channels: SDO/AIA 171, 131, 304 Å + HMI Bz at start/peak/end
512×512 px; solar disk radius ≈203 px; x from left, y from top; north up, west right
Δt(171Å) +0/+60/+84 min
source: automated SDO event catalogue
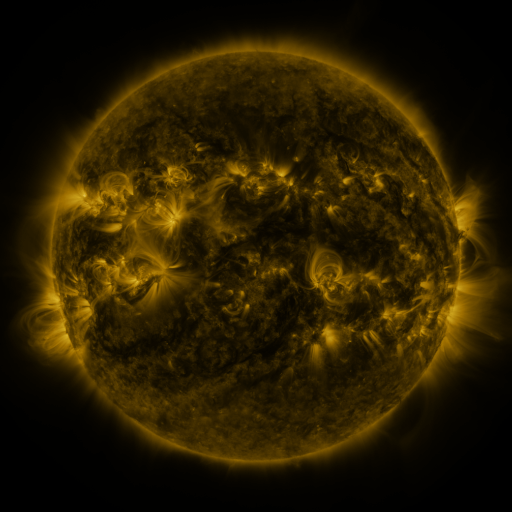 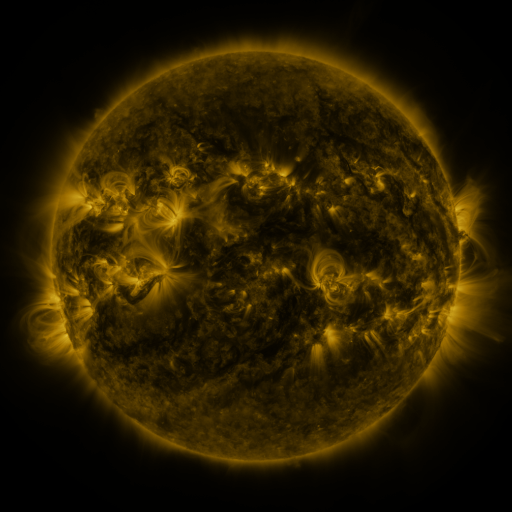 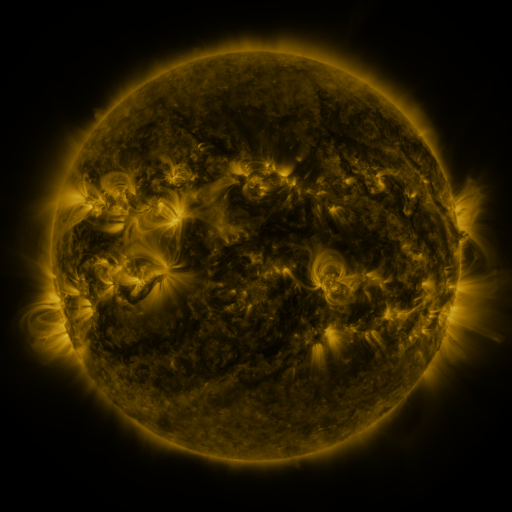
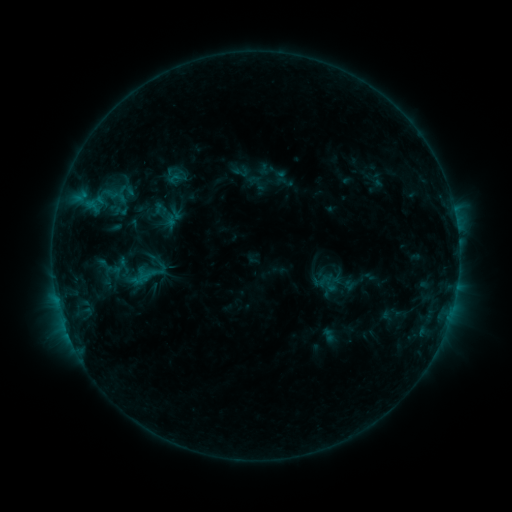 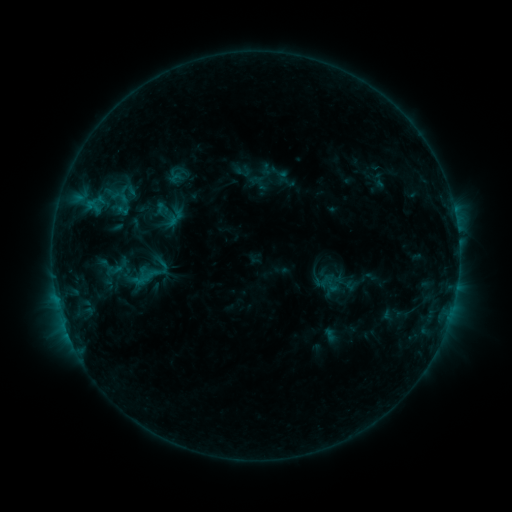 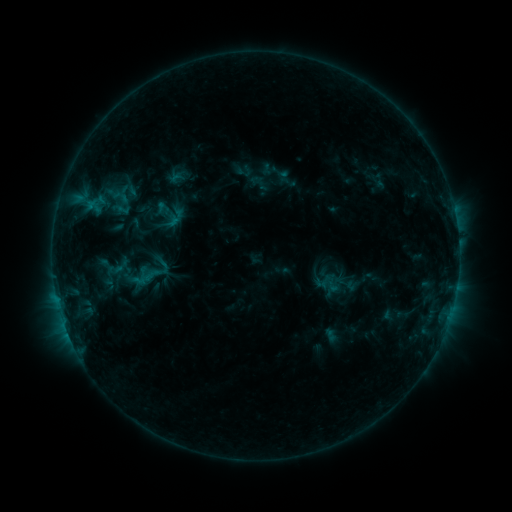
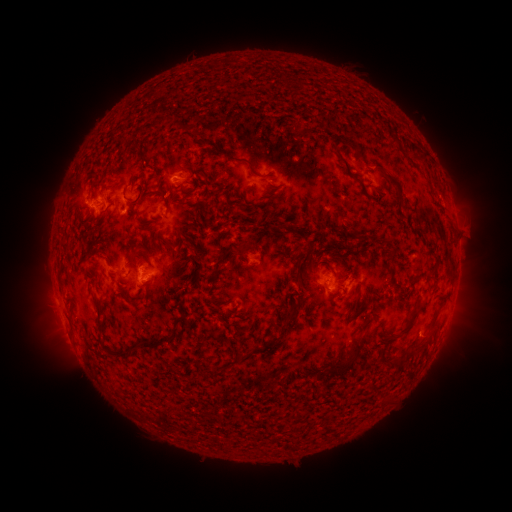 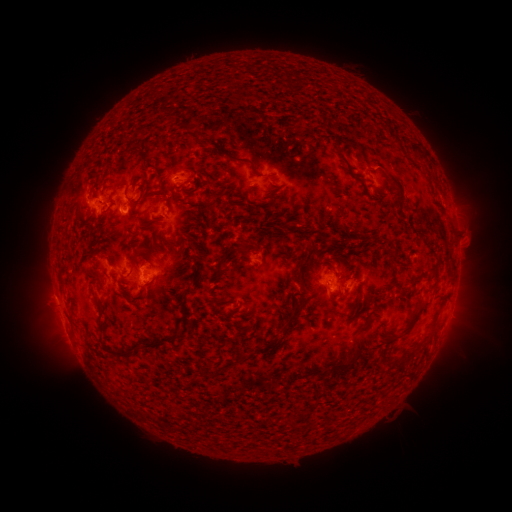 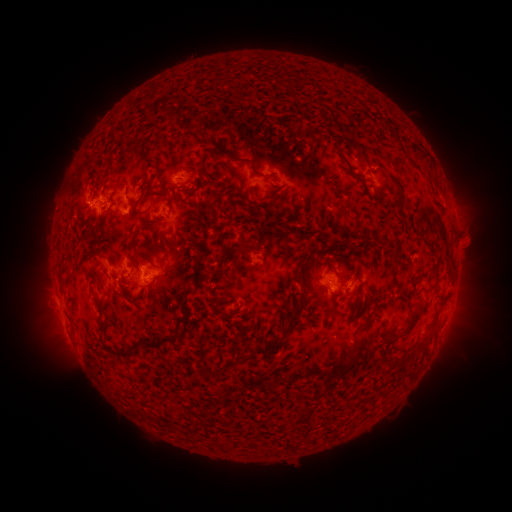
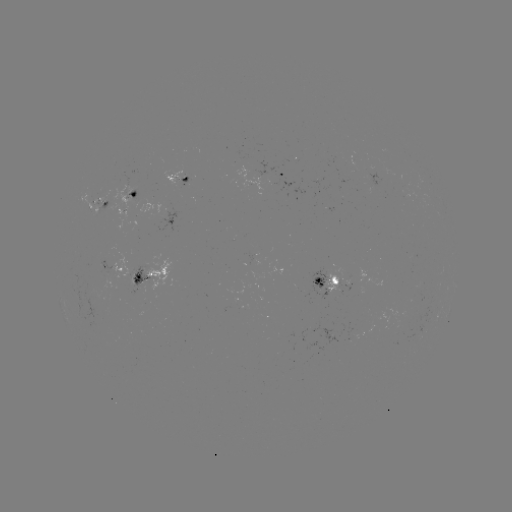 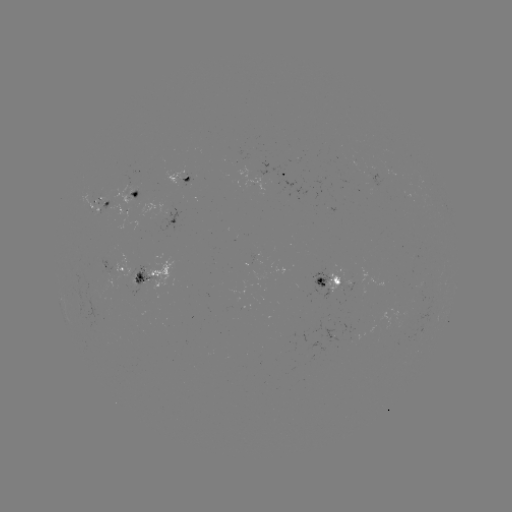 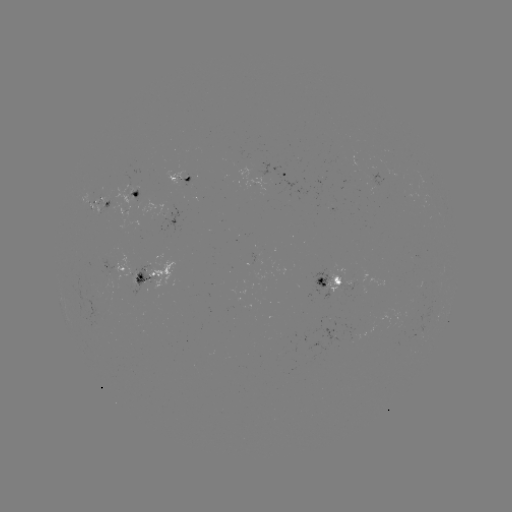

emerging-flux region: <bbox>324, 272, 343, 295</bbox>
